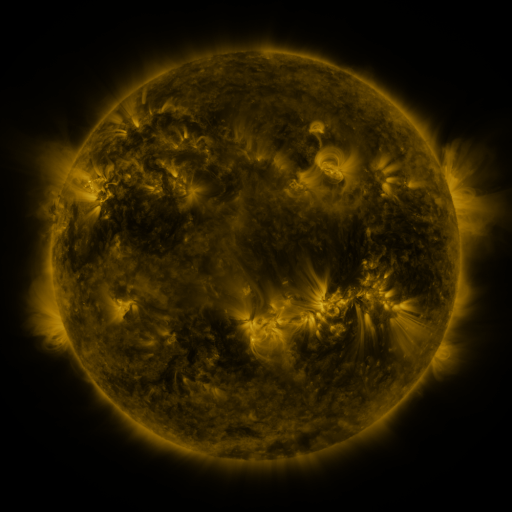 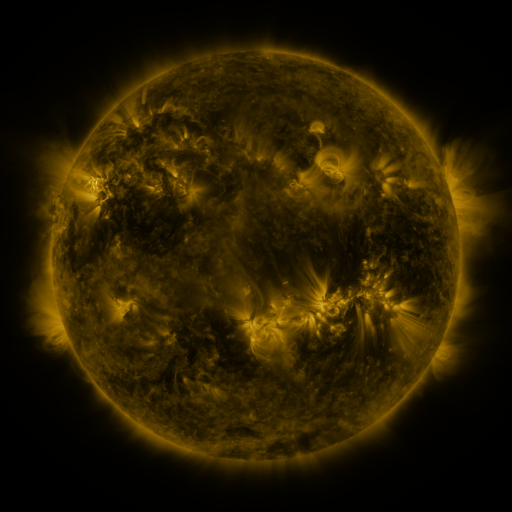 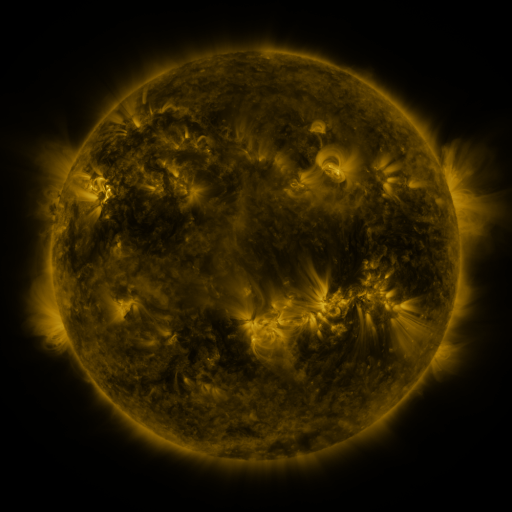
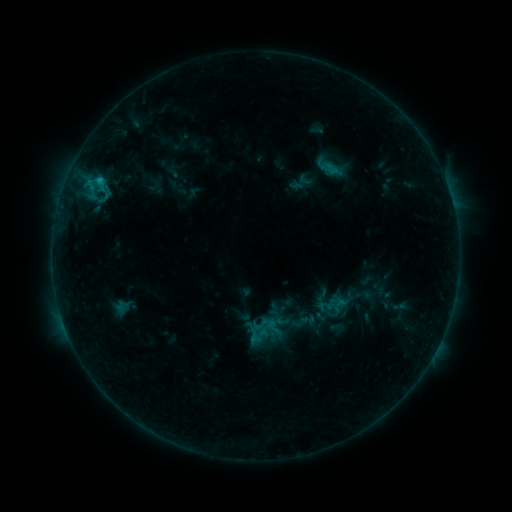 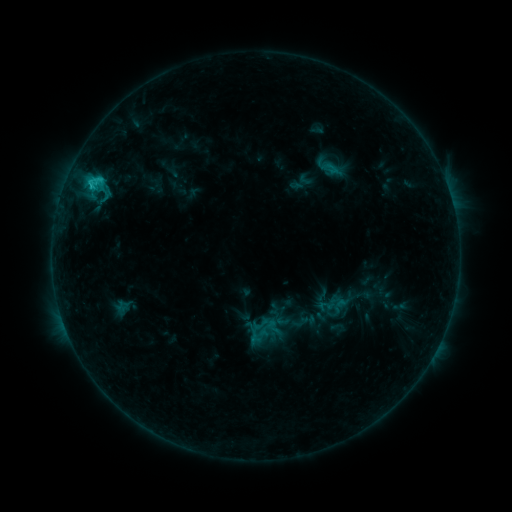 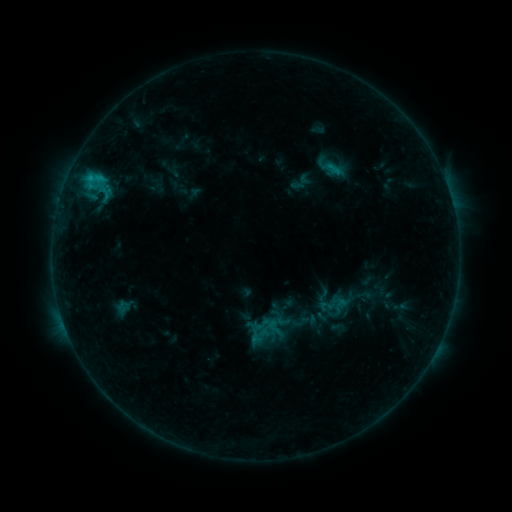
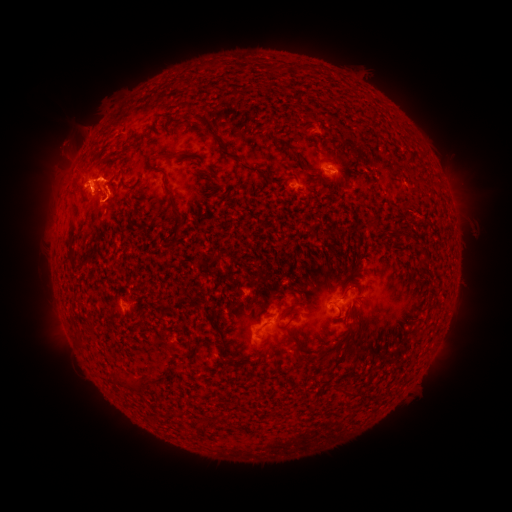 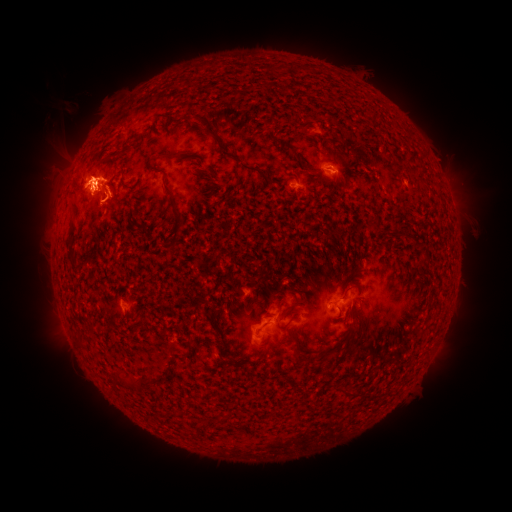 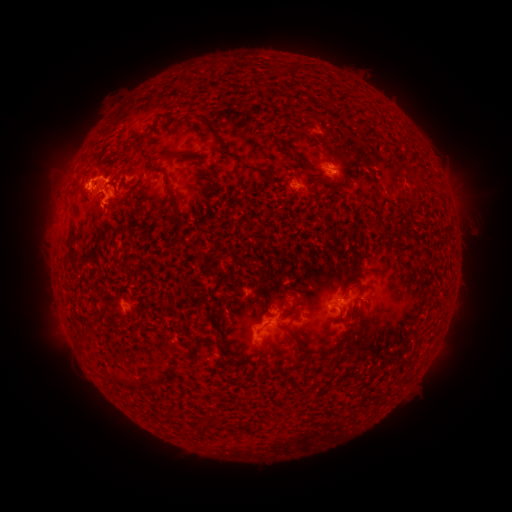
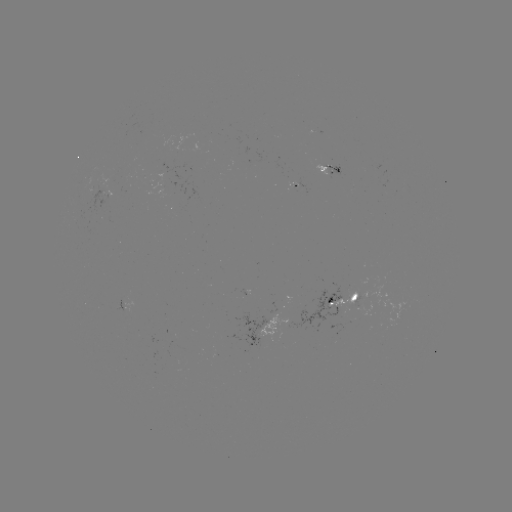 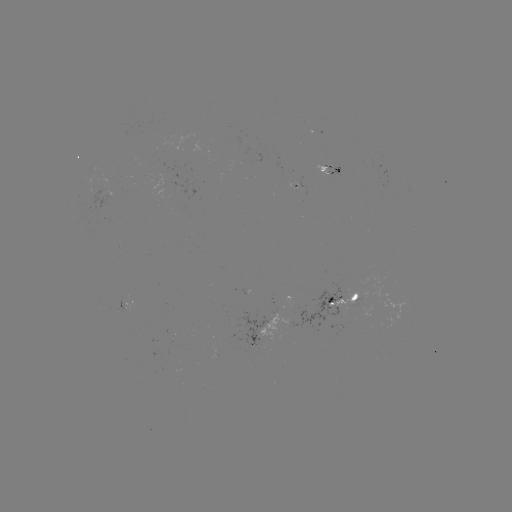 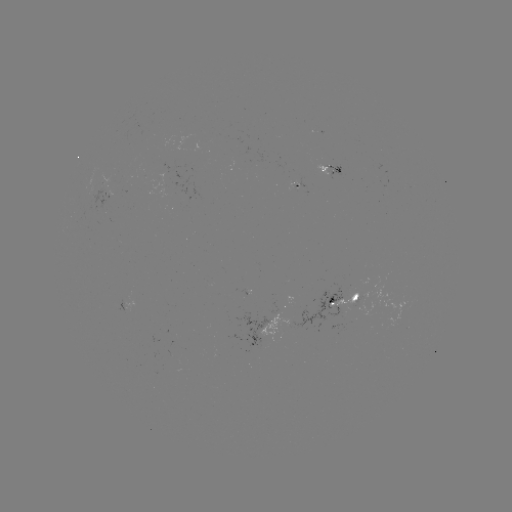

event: flare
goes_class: C2.0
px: (92, 188)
